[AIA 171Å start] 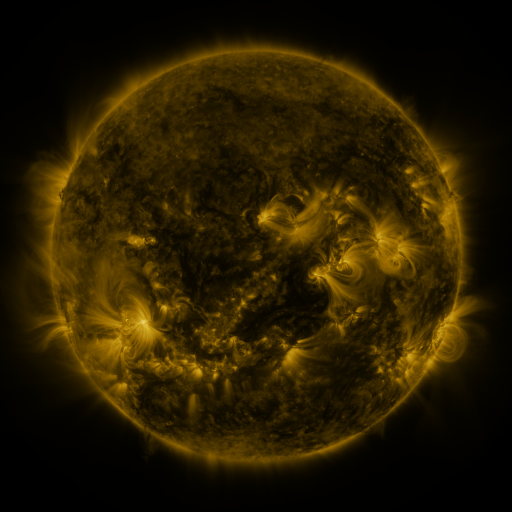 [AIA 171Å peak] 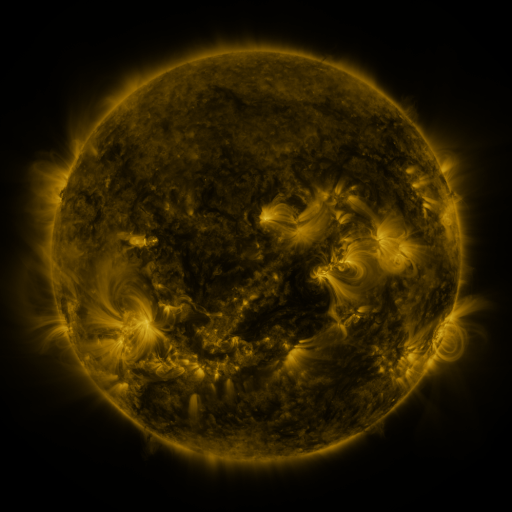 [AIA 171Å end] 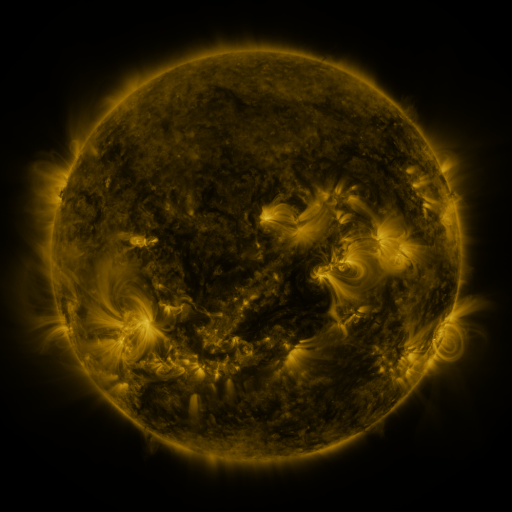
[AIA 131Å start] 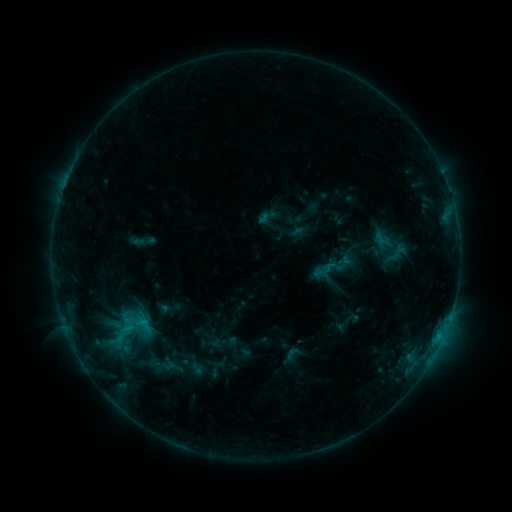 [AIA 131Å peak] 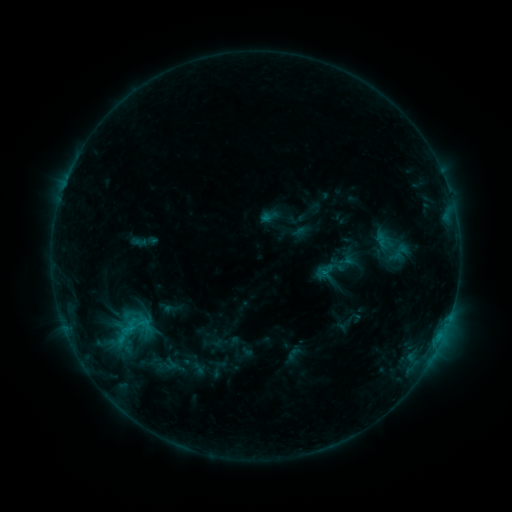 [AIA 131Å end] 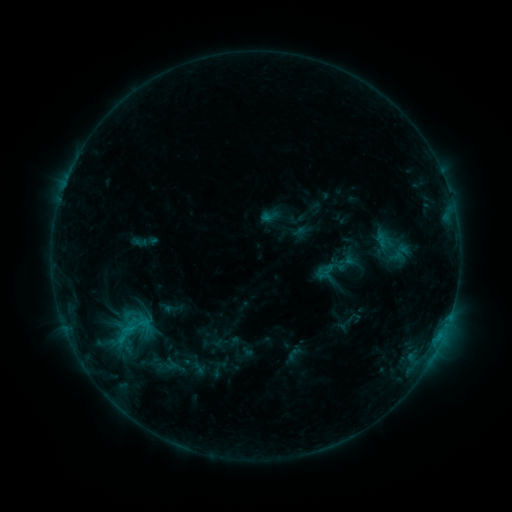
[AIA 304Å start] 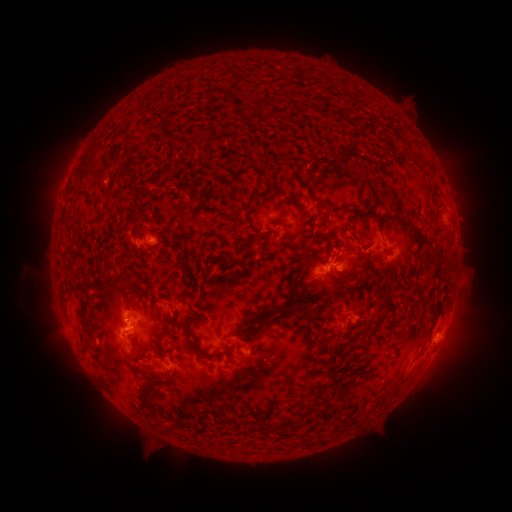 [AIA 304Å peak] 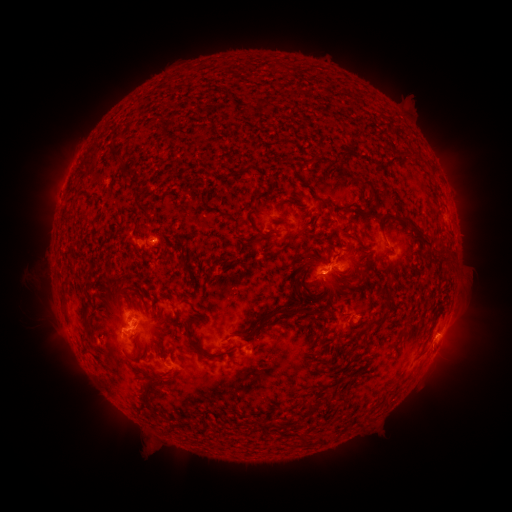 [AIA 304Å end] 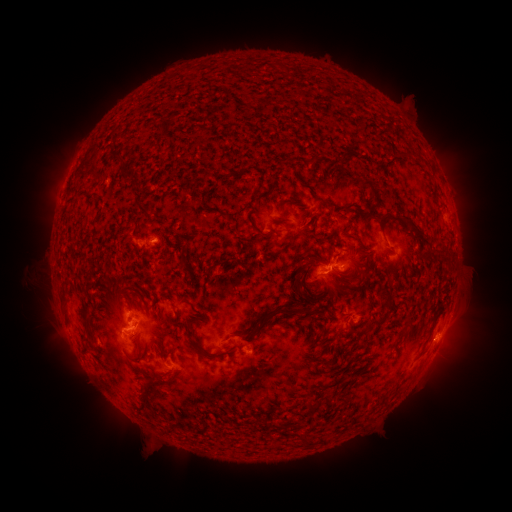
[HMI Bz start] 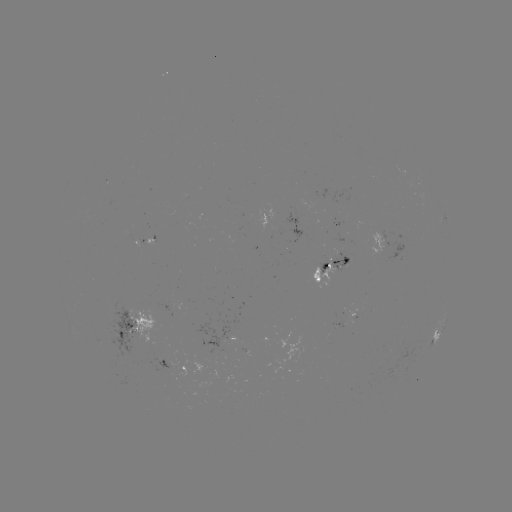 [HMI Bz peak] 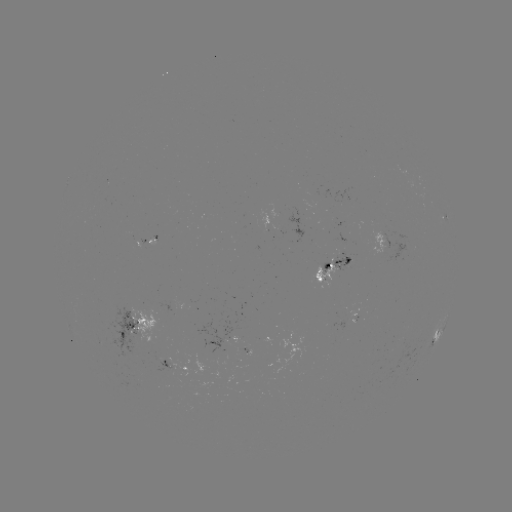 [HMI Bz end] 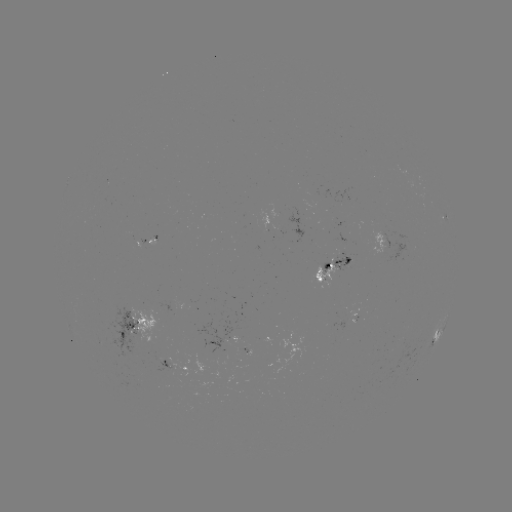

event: emerging-flux region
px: (127, 331)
